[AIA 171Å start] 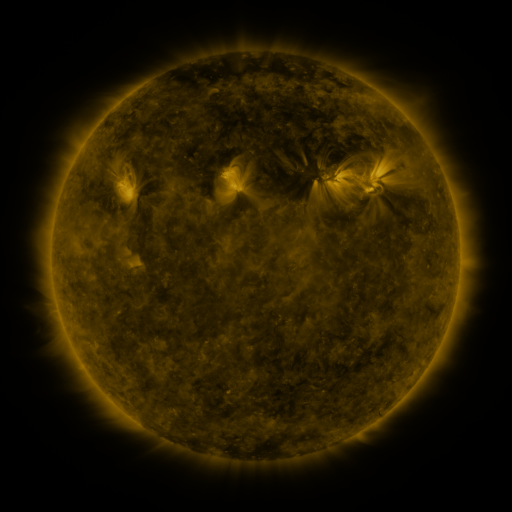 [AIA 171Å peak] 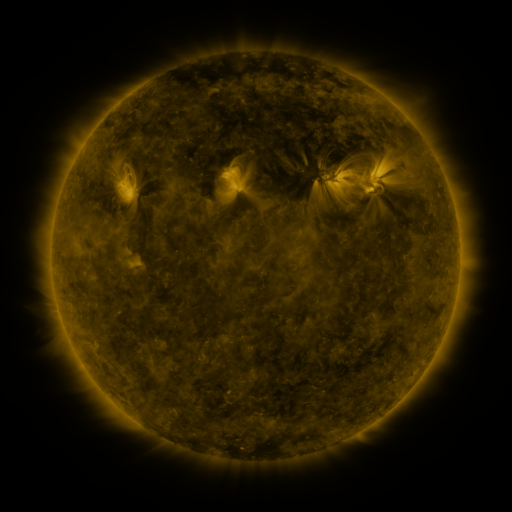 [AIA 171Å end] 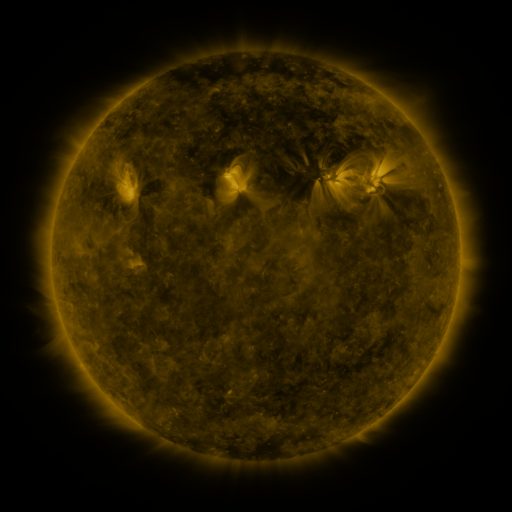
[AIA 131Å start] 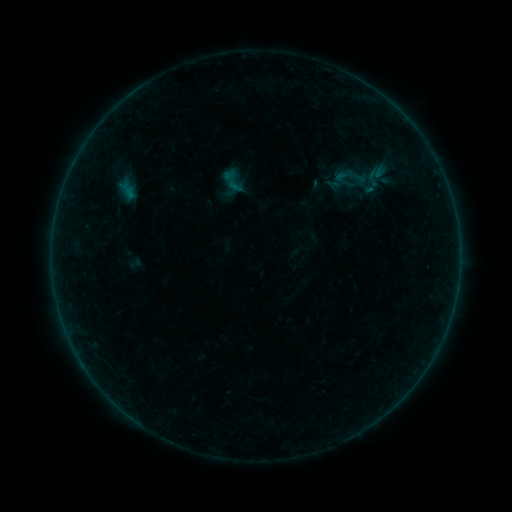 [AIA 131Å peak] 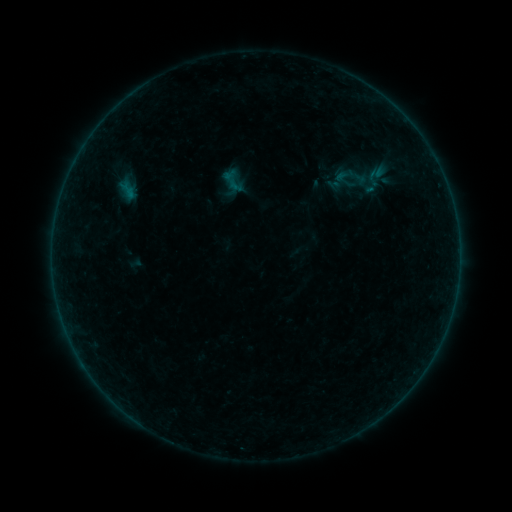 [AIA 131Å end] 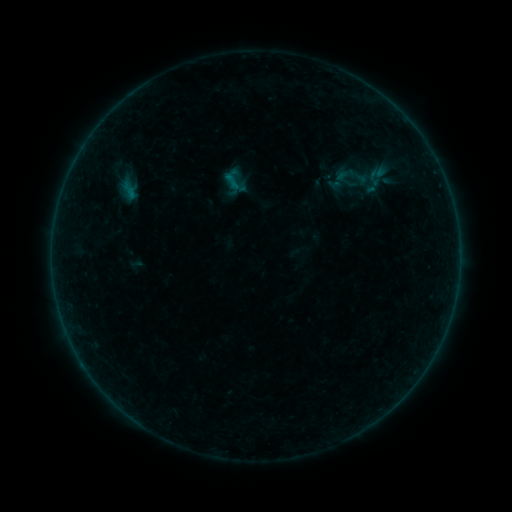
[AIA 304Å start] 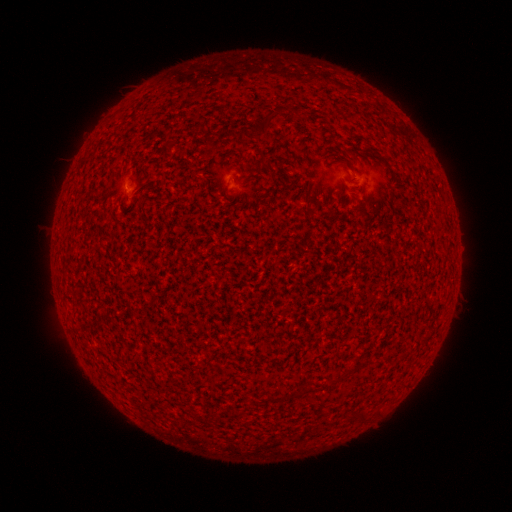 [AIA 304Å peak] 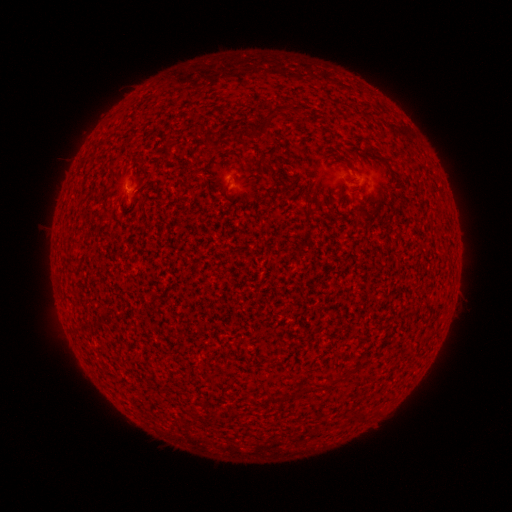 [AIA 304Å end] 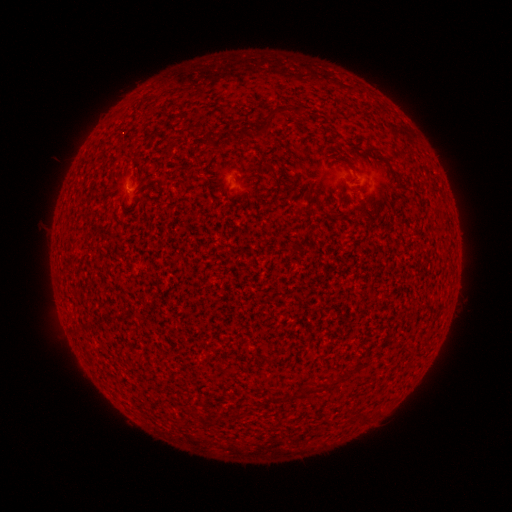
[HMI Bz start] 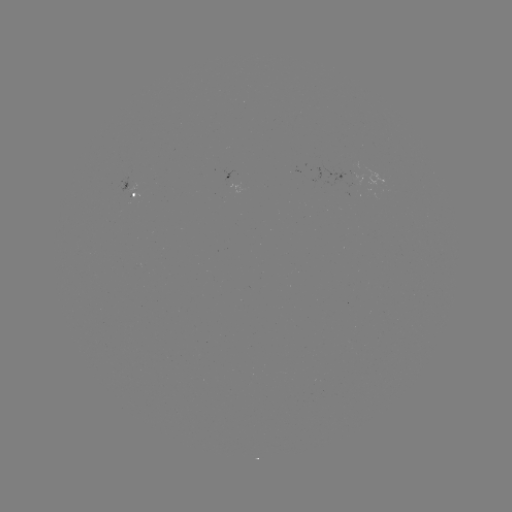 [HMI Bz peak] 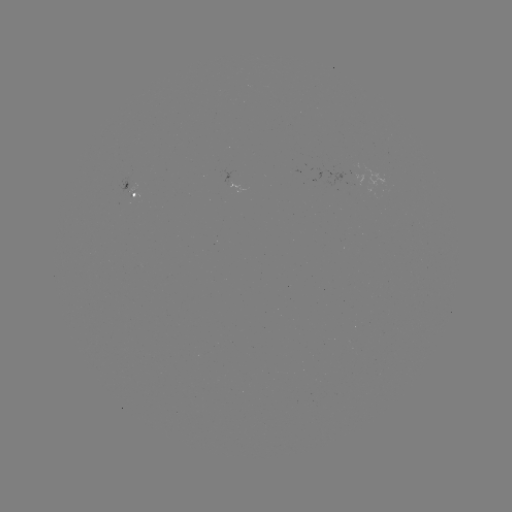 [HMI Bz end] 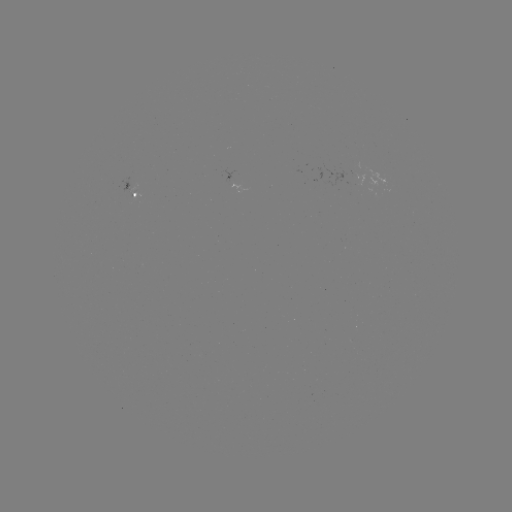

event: flare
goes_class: A5.9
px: (230, 179)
